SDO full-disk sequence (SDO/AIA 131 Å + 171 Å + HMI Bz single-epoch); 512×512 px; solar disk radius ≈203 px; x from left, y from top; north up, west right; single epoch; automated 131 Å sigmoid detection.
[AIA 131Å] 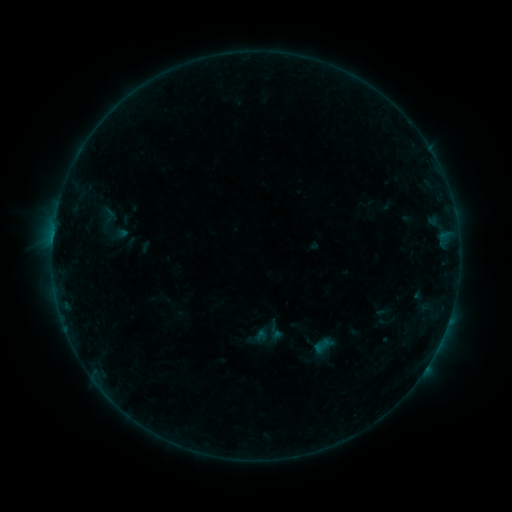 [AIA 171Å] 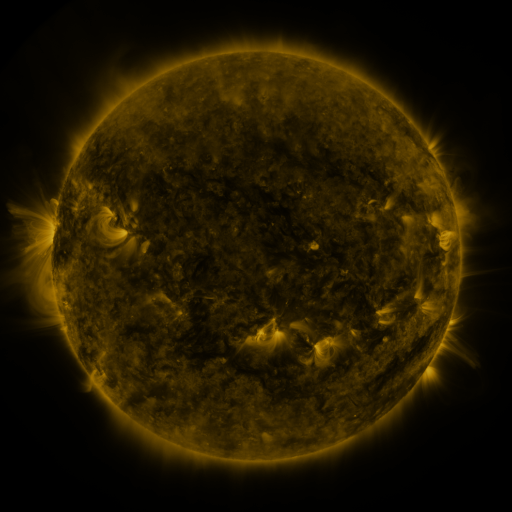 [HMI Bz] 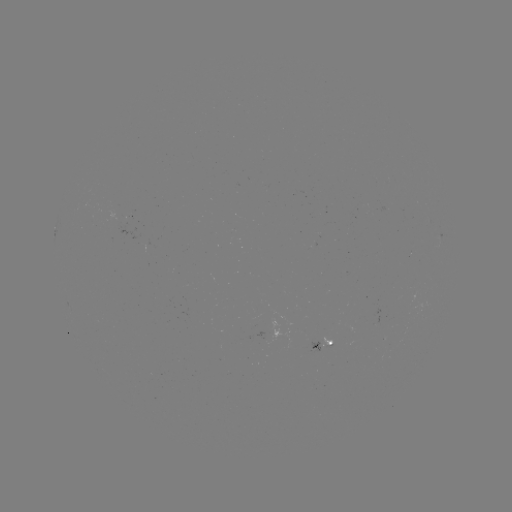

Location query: sigmoid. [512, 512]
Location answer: [110, 224].